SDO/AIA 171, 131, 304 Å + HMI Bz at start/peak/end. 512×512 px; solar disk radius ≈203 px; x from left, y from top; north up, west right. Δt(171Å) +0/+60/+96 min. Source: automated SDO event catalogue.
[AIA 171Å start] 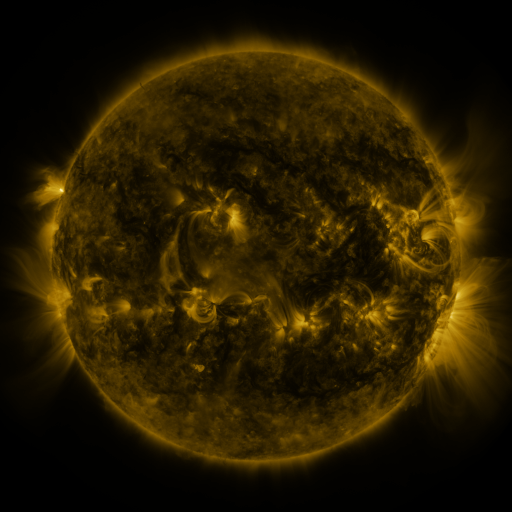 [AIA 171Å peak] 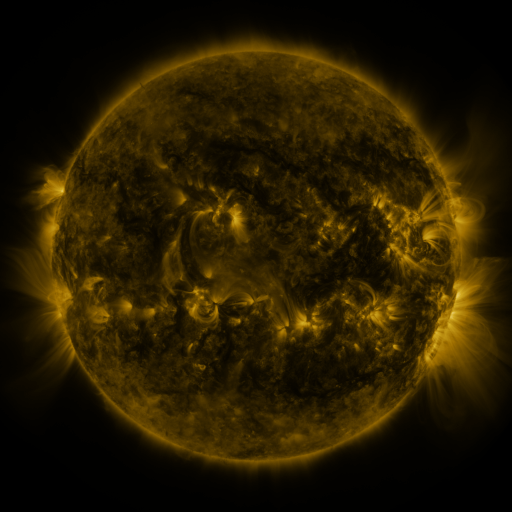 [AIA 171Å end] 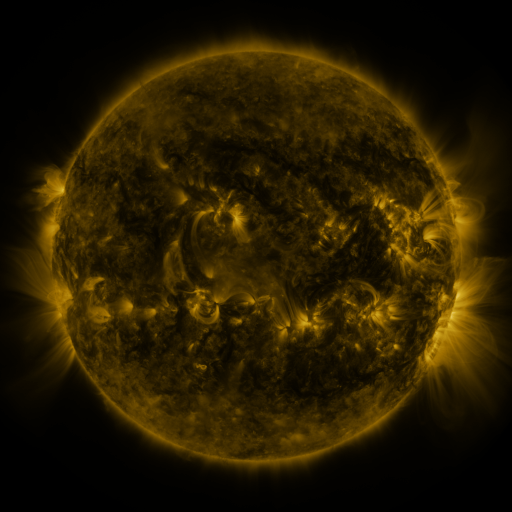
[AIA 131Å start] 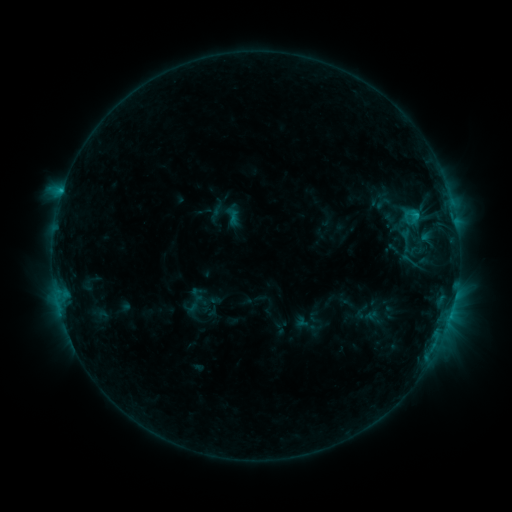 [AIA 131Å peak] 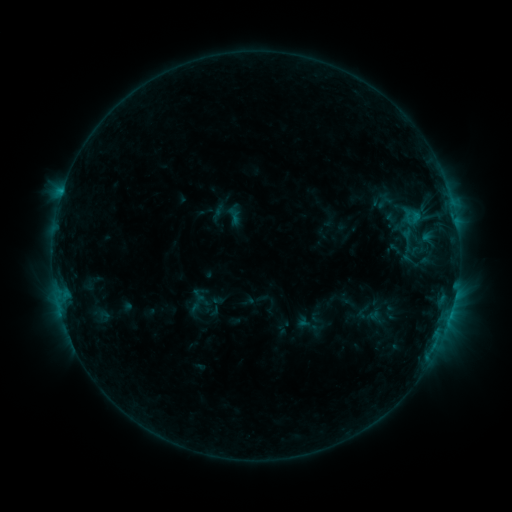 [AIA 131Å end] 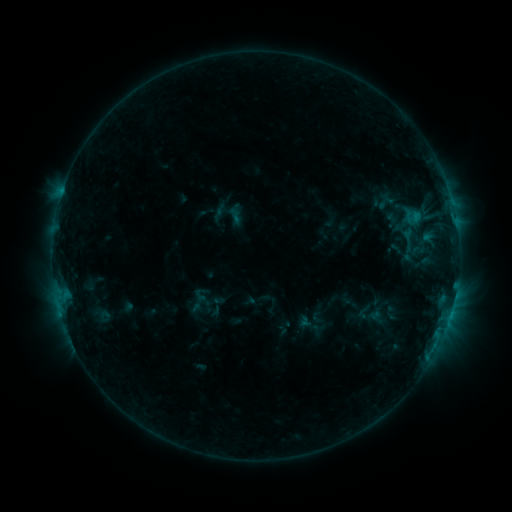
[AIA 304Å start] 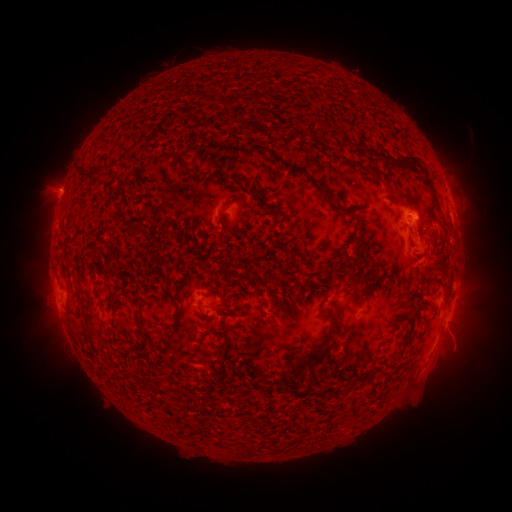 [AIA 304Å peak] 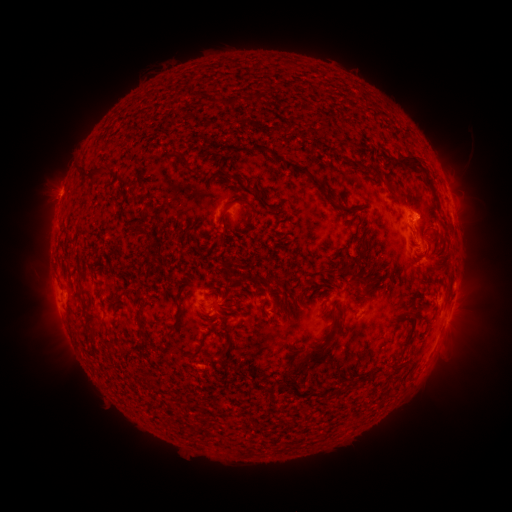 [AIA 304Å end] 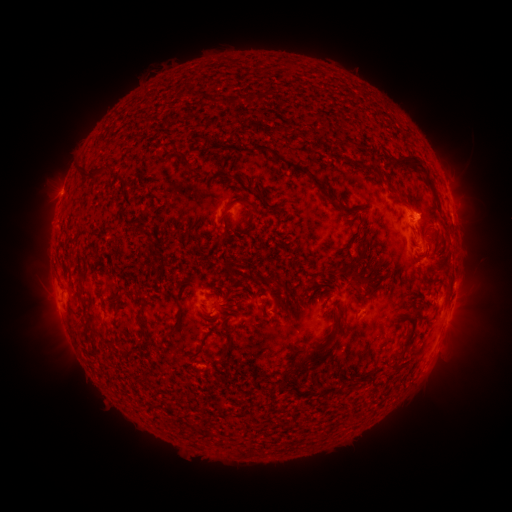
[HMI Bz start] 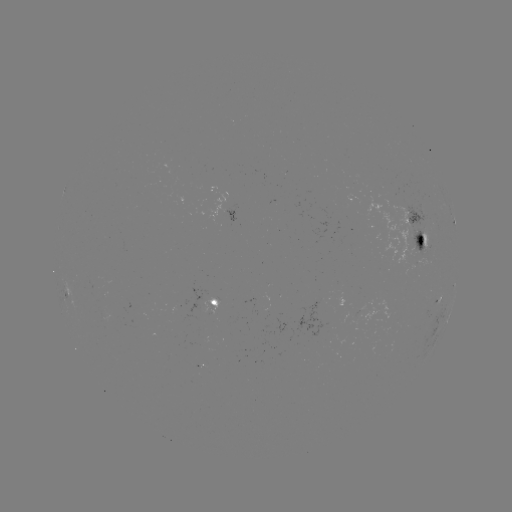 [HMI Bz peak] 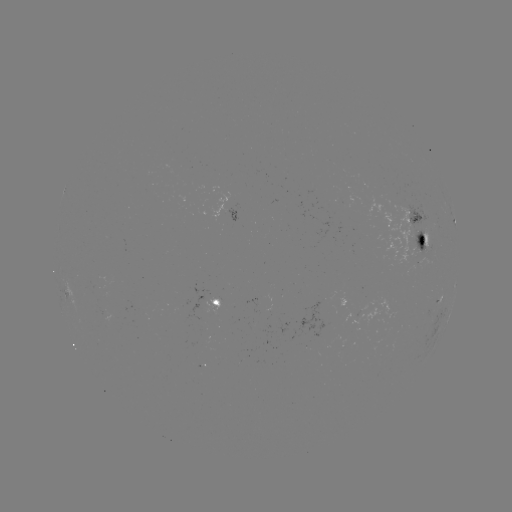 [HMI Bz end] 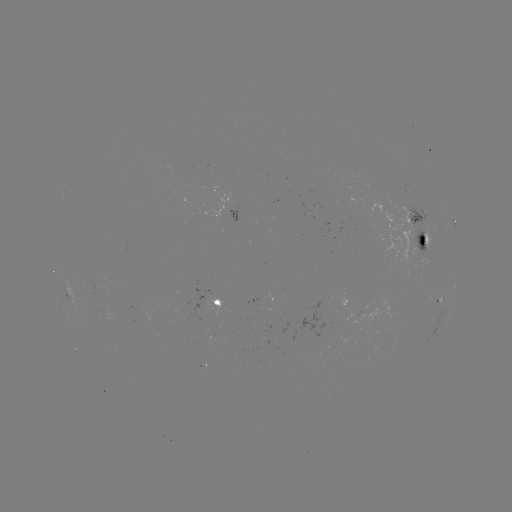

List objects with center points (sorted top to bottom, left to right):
emerging-flux region: (416, 238)
